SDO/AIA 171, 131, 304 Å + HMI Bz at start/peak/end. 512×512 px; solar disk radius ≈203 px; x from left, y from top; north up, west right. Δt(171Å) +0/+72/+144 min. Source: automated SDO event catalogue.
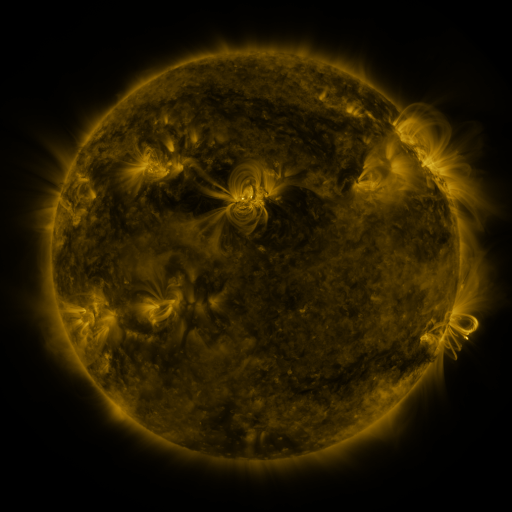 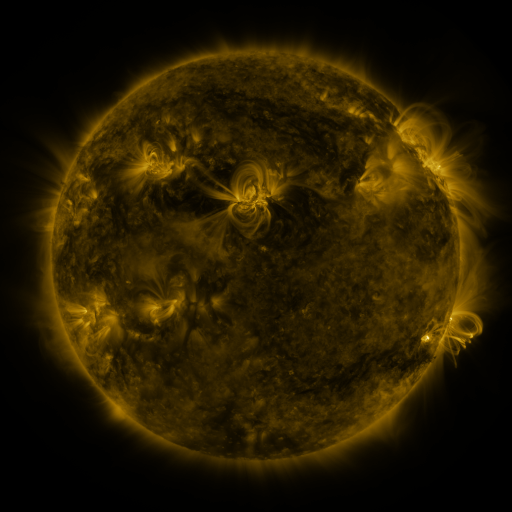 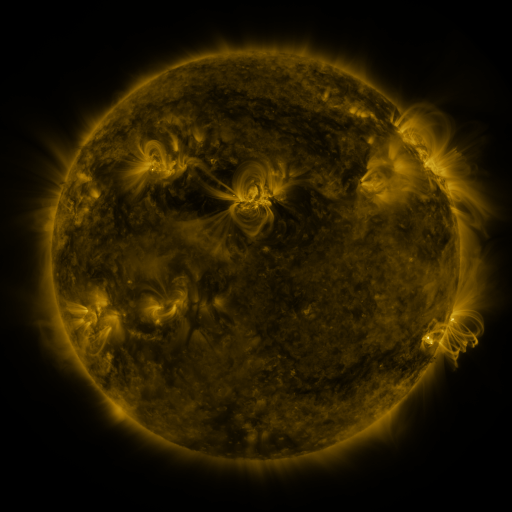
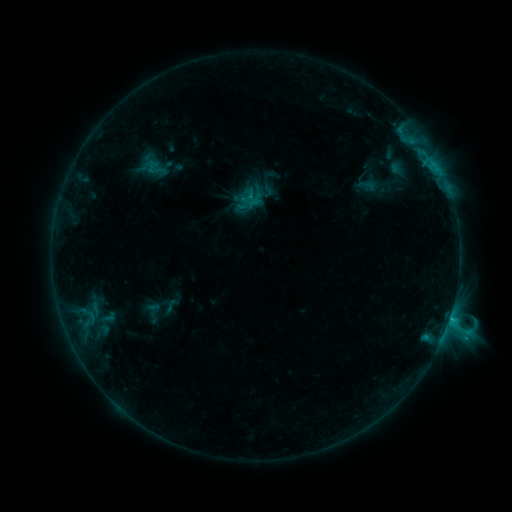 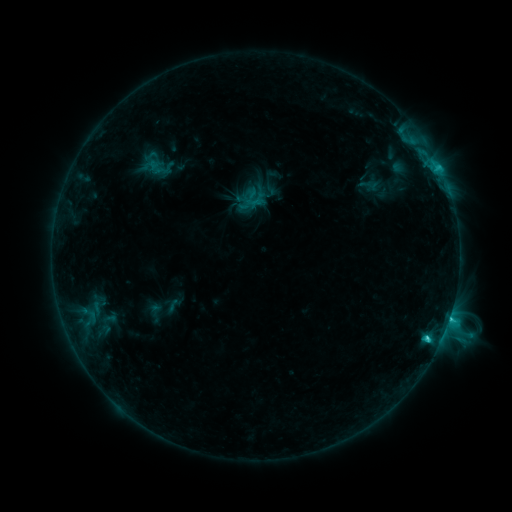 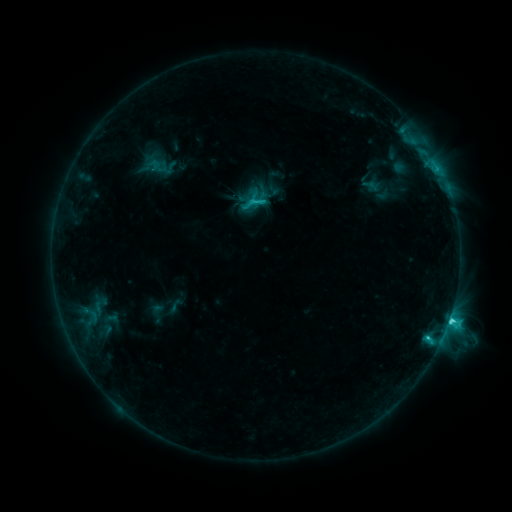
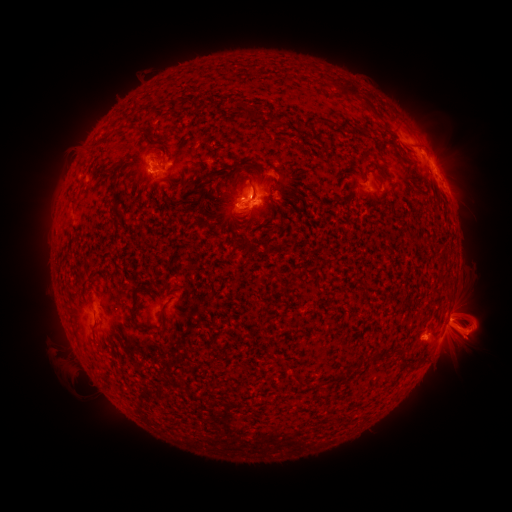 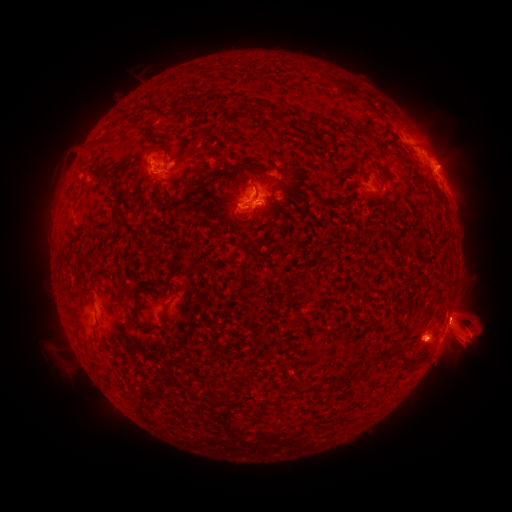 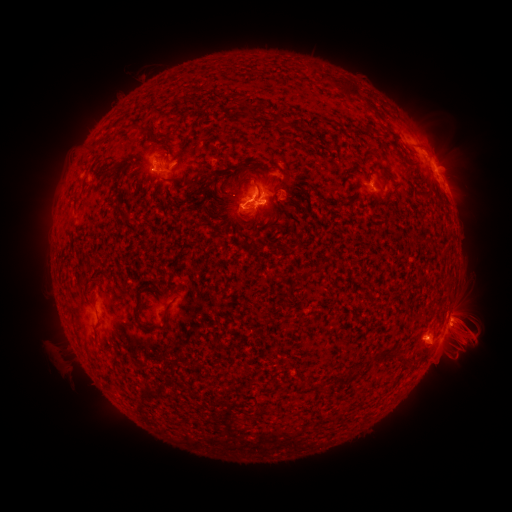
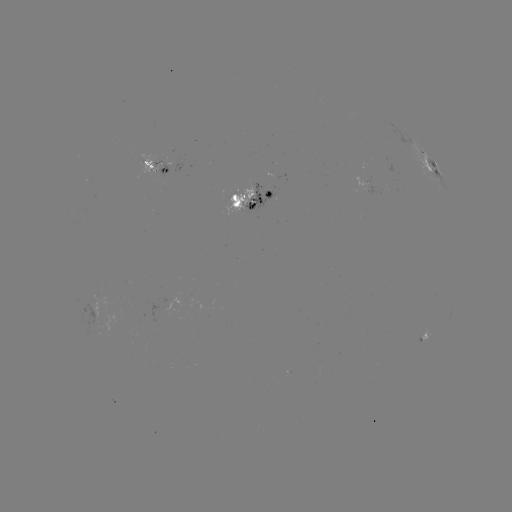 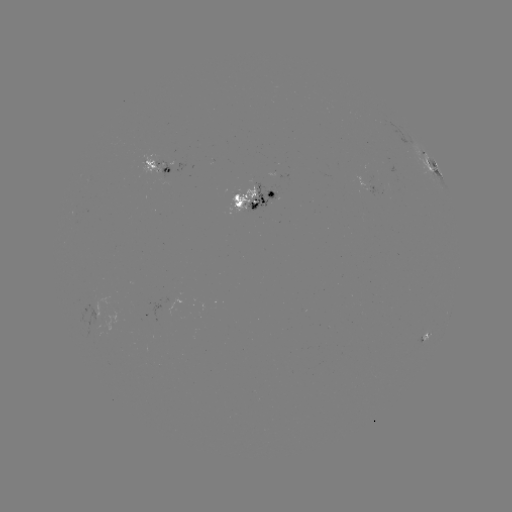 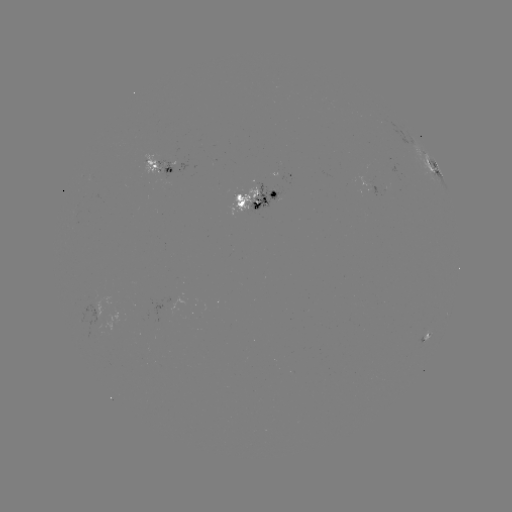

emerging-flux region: (81, 298, 111, 322)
